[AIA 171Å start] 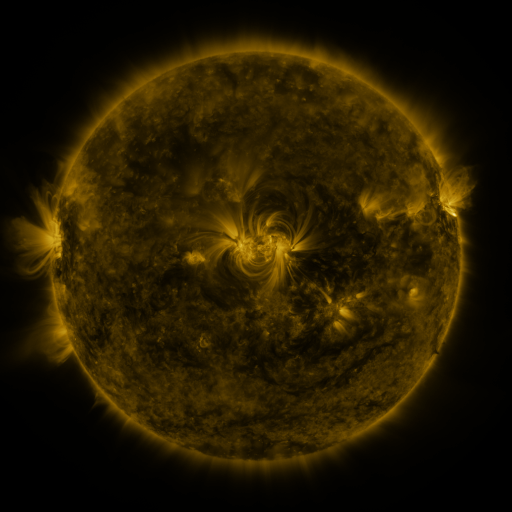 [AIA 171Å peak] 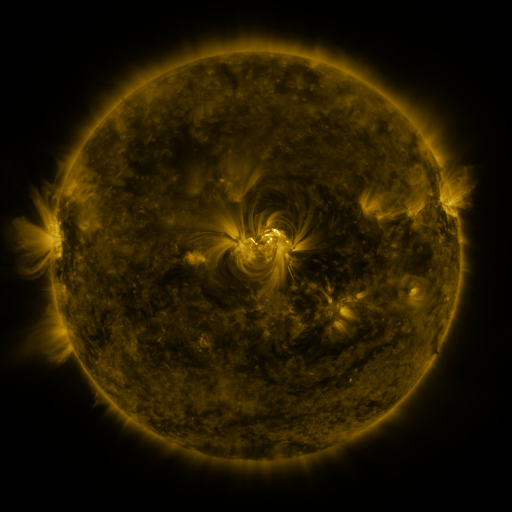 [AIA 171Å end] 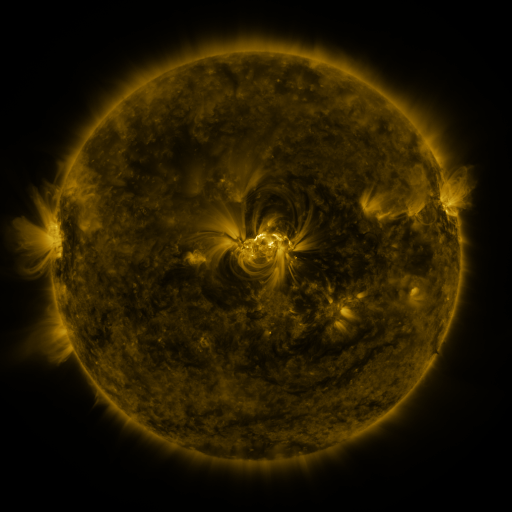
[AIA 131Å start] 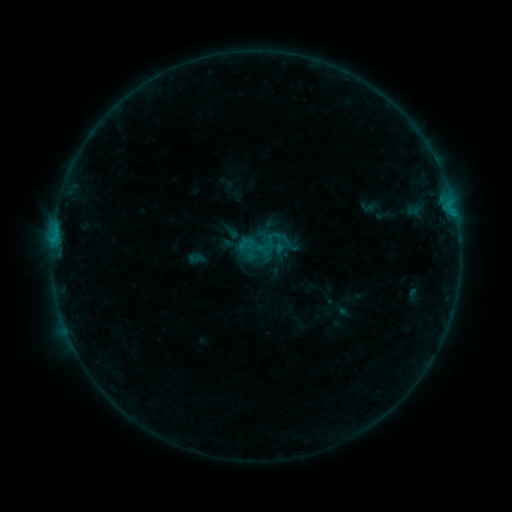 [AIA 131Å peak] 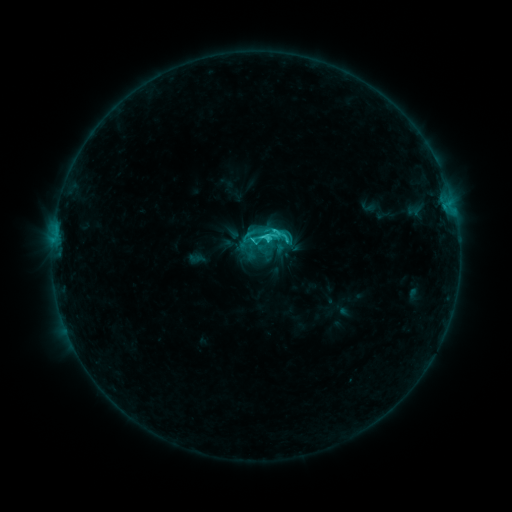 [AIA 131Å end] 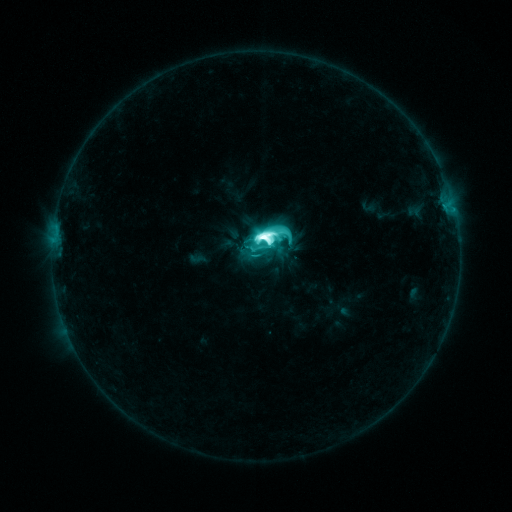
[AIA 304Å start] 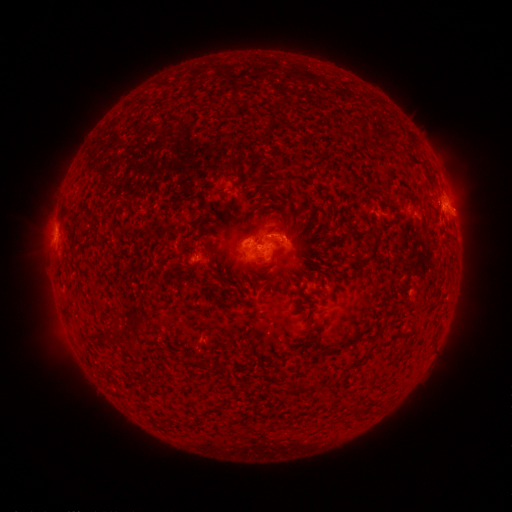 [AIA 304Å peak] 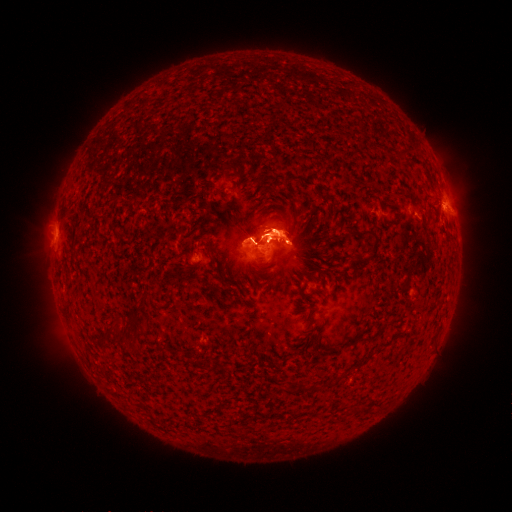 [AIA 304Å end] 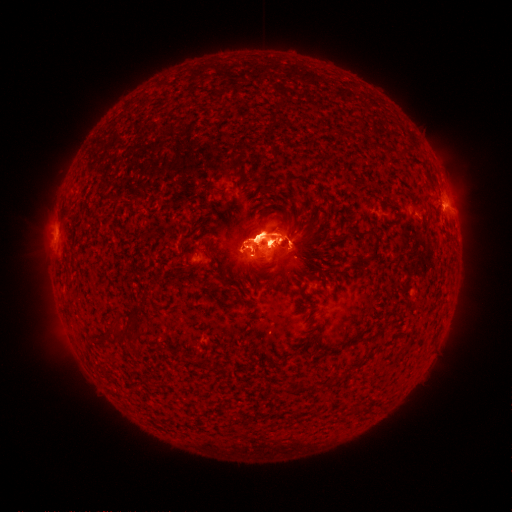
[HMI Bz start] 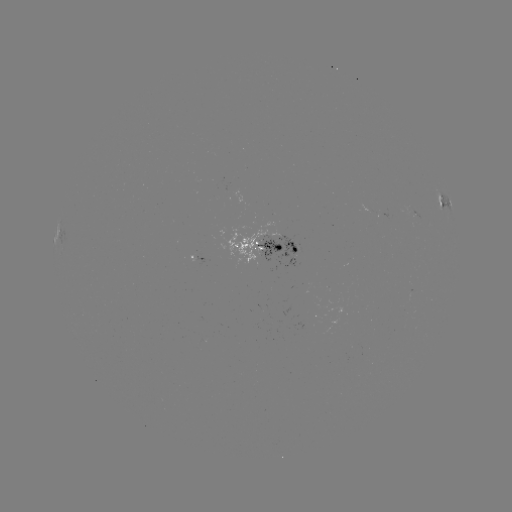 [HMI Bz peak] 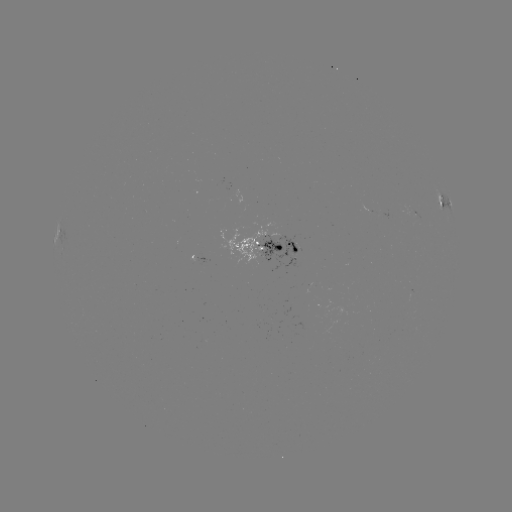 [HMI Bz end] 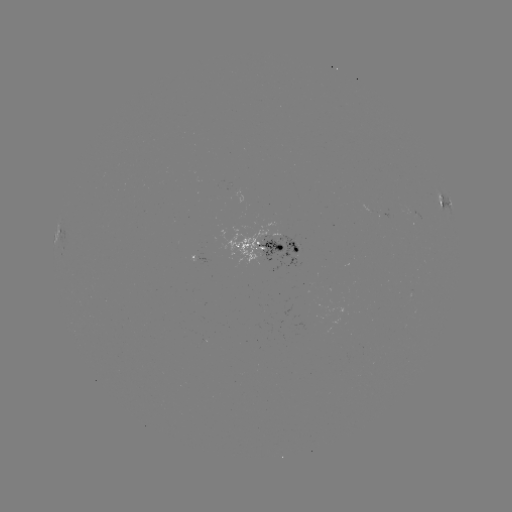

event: eruption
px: (277, 229)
